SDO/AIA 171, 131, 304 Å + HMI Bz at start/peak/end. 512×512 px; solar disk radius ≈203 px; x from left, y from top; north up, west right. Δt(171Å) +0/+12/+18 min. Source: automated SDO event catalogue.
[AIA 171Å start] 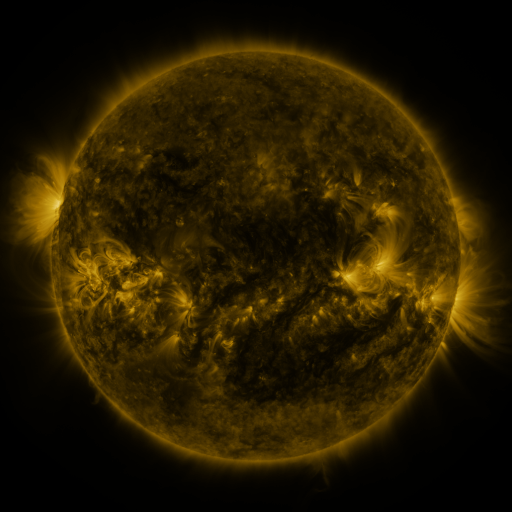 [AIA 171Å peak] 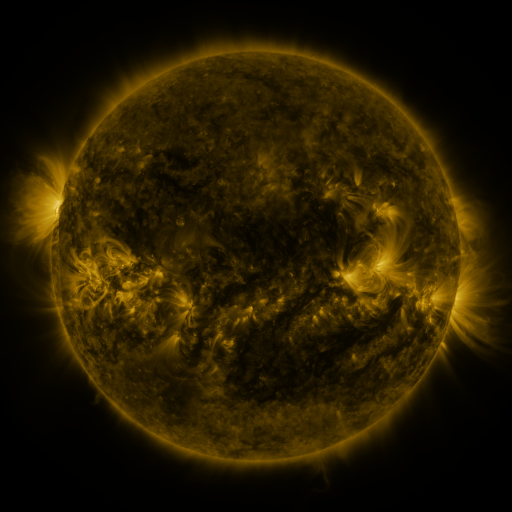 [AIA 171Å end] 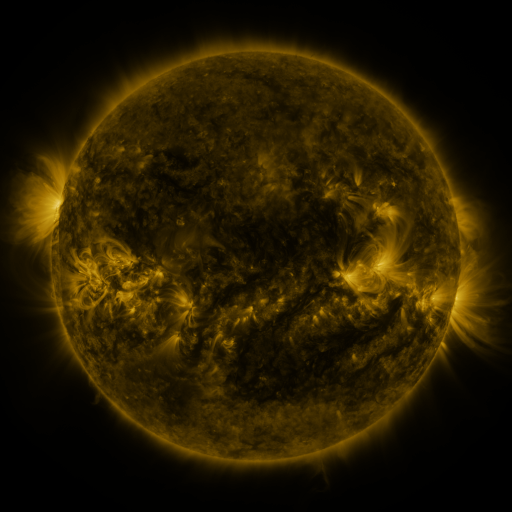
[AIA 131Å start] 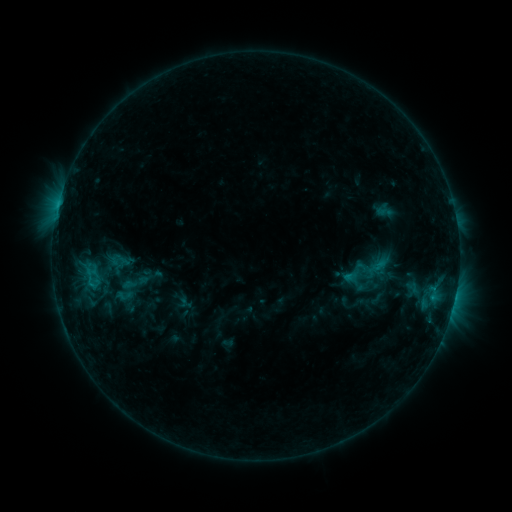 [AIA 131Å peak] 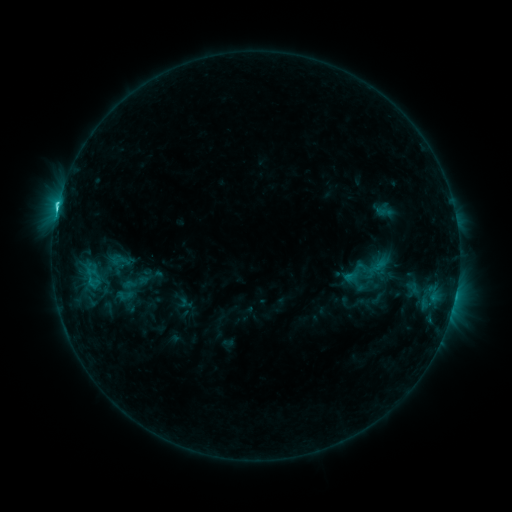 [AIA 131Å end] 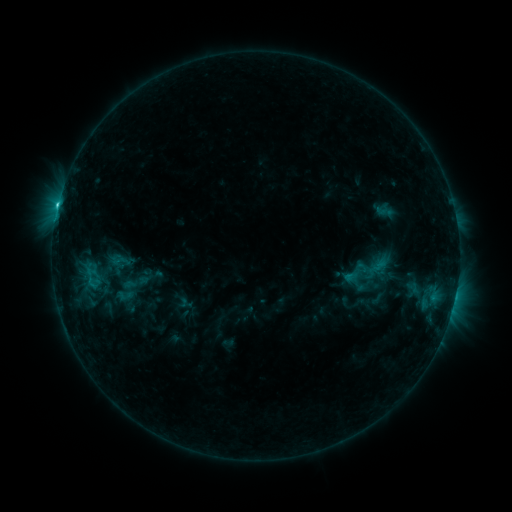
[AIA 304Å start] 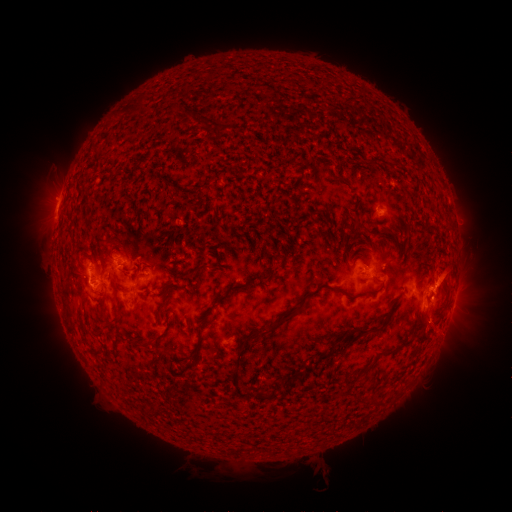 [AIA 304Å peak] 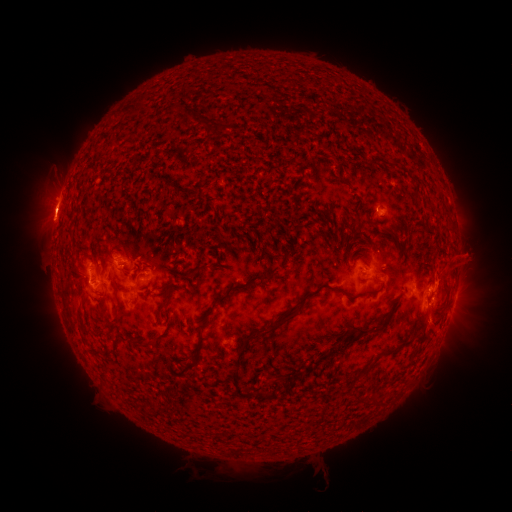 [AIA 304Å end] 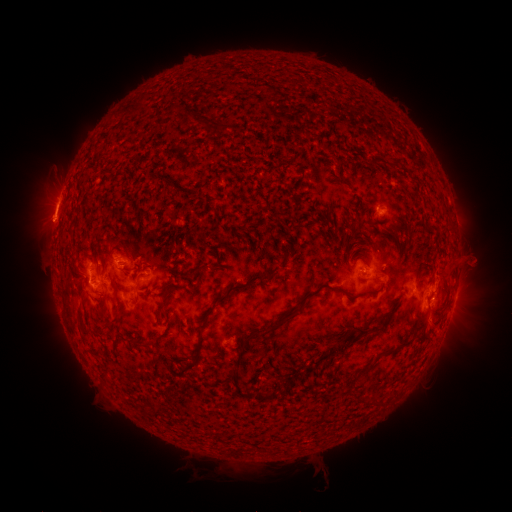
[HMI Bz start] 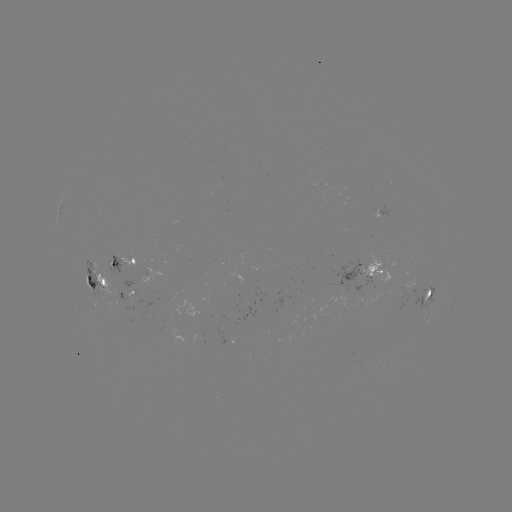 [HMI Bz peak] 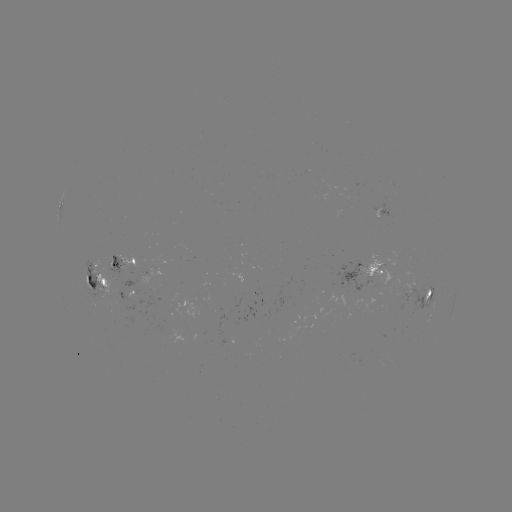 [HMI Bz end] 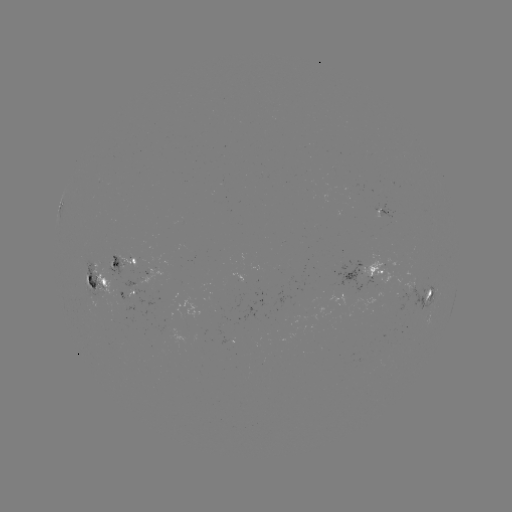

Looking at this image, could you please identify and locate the C2.5 flare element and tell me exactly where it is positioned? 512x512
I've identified C2.5 flare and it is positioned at (58, 209).